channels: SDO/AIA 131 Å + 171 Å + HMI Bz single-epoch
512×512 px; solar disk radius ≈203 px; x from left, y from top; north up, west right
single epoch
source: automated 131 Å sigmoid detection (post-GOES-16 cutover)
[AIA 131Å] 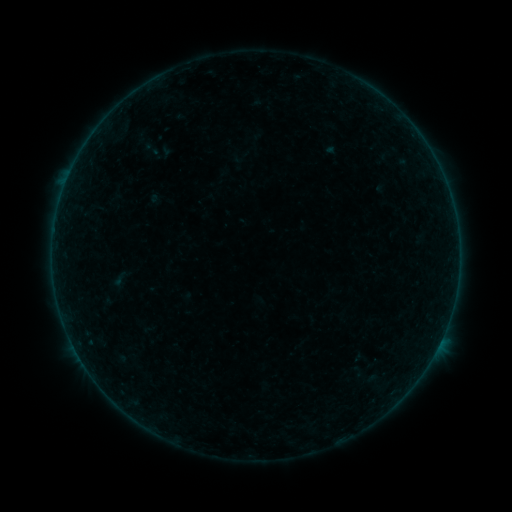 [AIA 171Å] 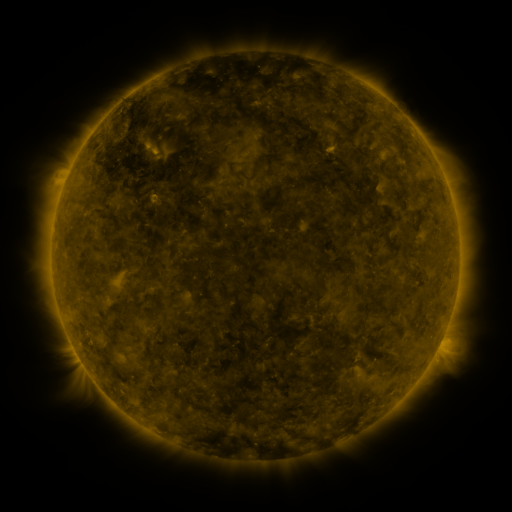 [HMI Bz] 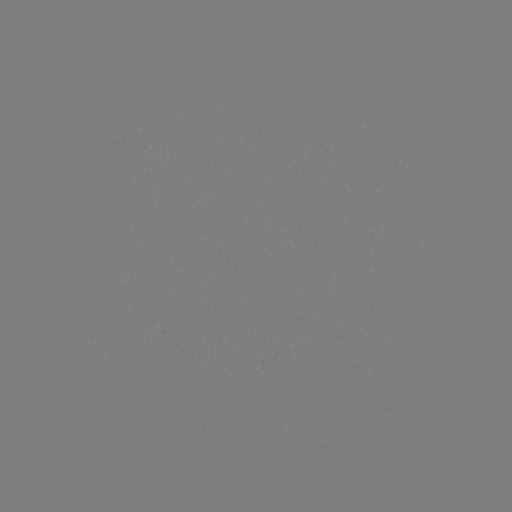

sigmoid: (141, 138, 160, 157)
